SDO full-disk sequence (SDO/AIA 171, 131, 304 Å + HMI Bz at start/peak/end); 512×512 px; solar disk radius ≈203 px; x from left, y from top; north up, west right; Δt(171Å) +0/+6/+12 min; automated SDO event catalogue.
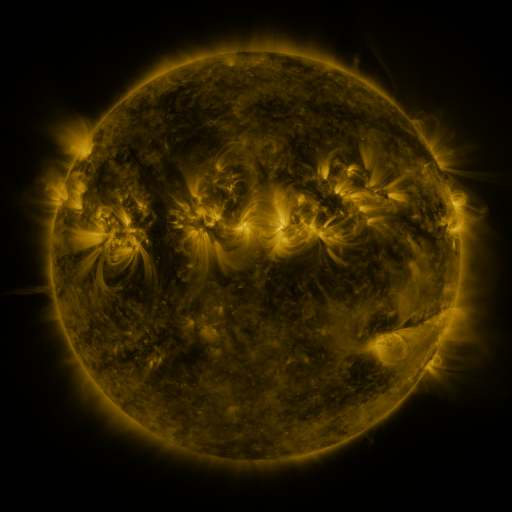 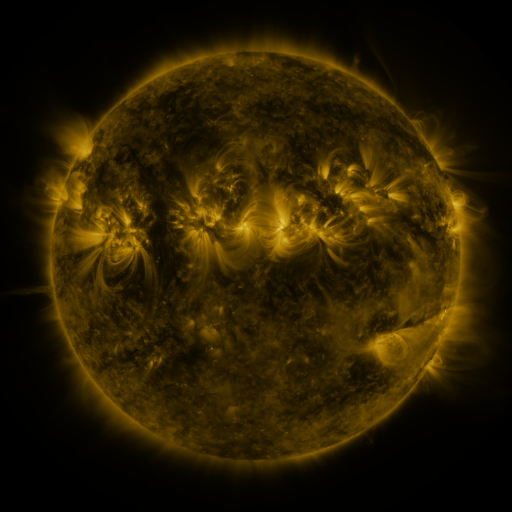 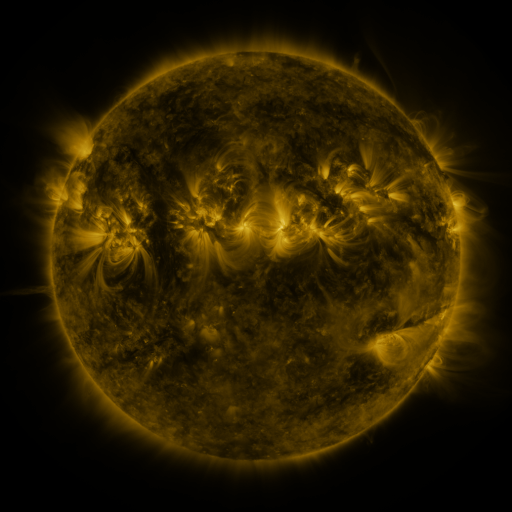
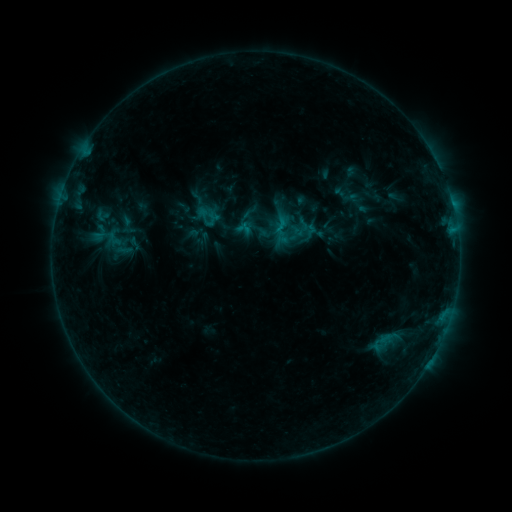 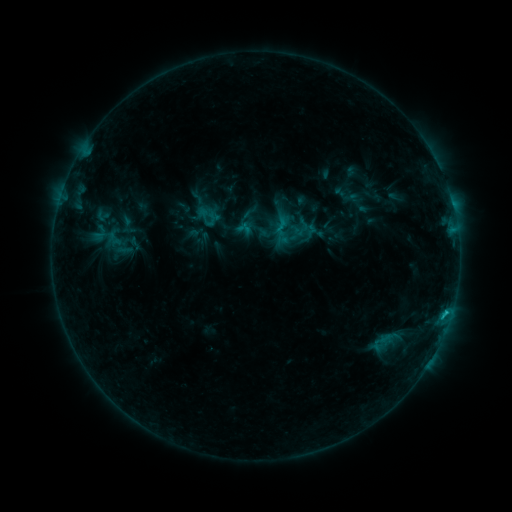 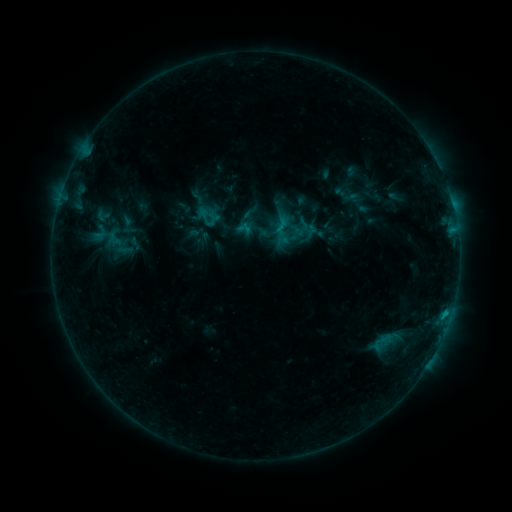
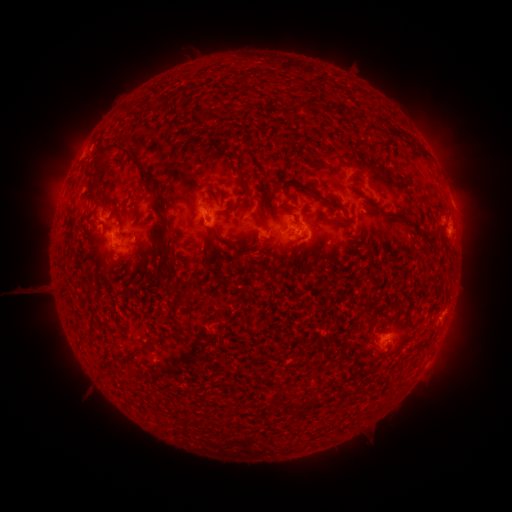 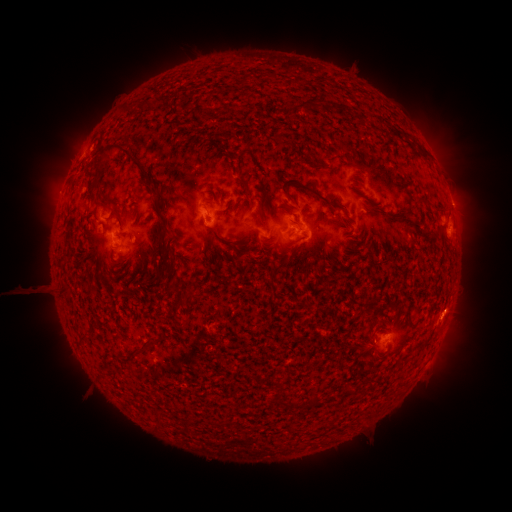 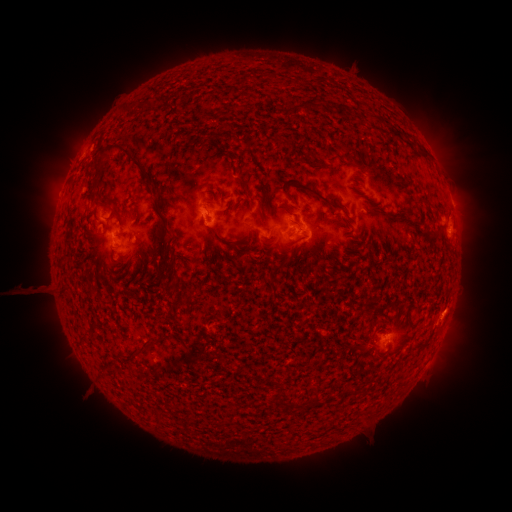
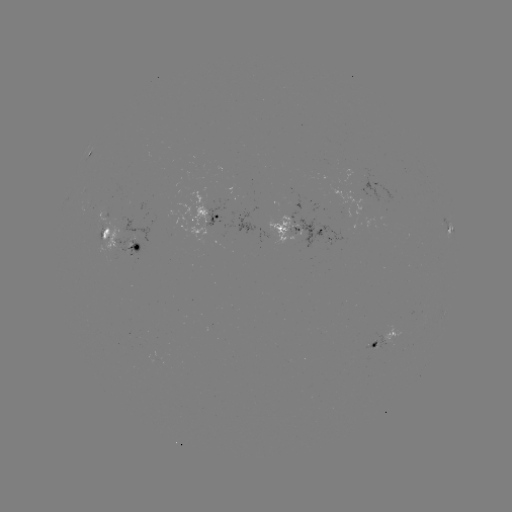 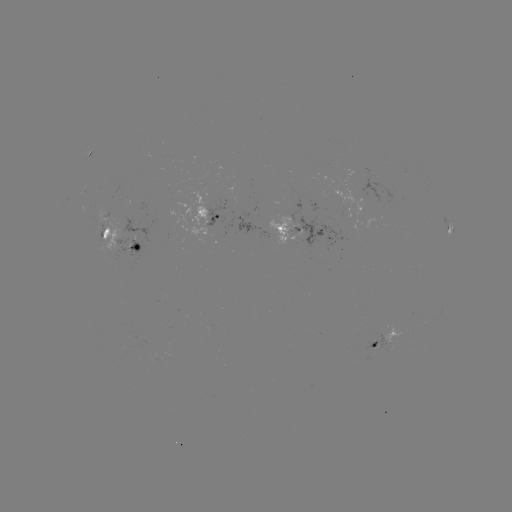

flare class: B9.5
